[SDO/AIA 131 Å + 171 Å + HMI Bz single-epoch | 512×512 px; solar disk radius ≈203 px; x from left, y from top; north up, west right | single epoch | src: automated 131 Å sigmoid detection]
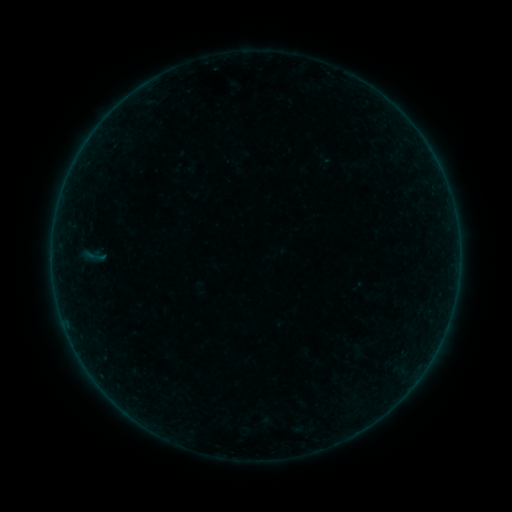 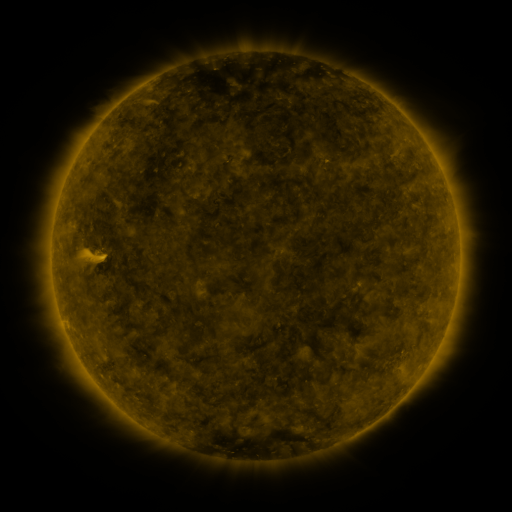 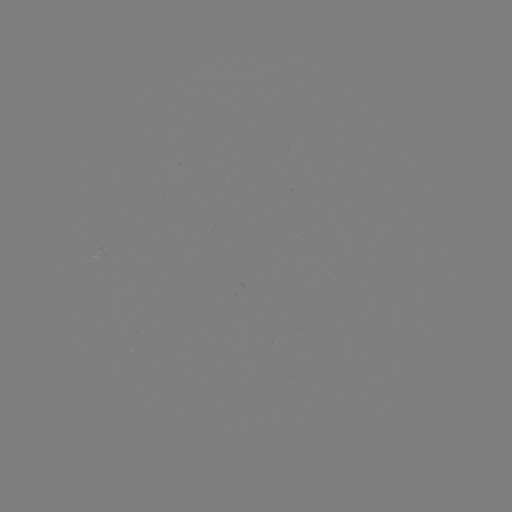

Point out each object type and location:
sigmoid: (94, 256)
